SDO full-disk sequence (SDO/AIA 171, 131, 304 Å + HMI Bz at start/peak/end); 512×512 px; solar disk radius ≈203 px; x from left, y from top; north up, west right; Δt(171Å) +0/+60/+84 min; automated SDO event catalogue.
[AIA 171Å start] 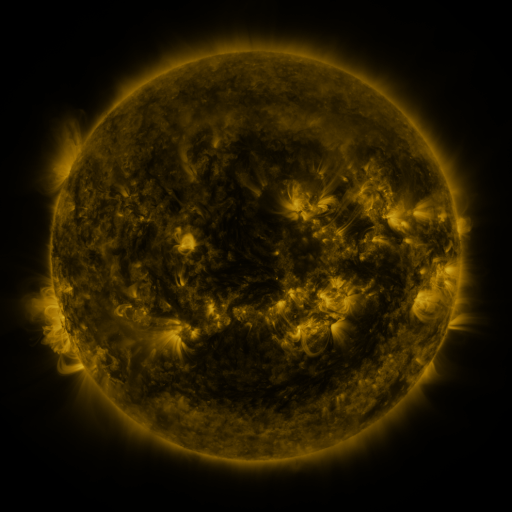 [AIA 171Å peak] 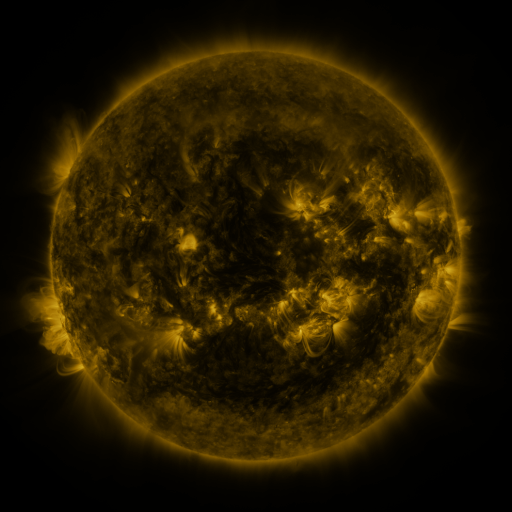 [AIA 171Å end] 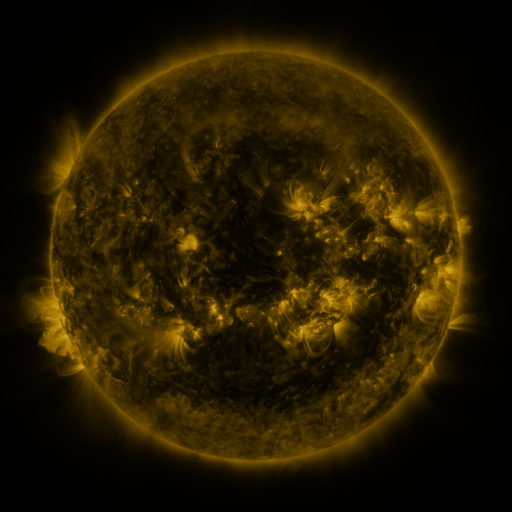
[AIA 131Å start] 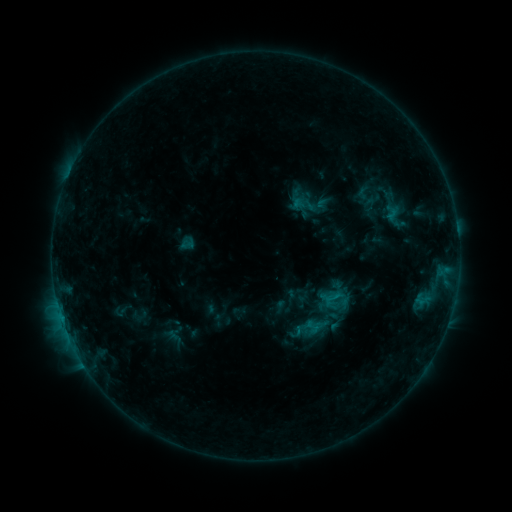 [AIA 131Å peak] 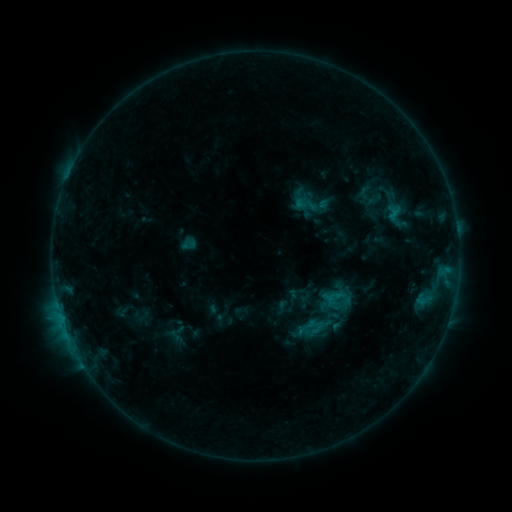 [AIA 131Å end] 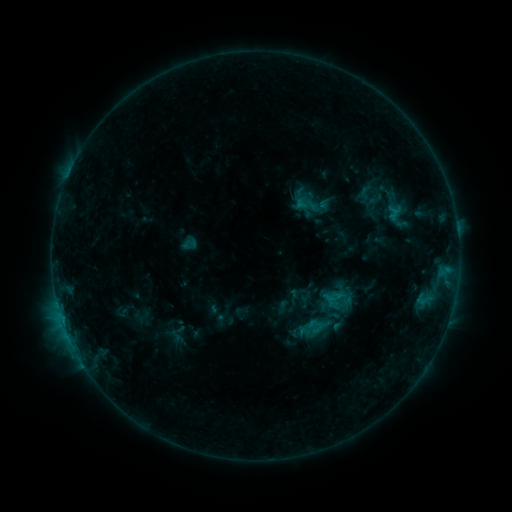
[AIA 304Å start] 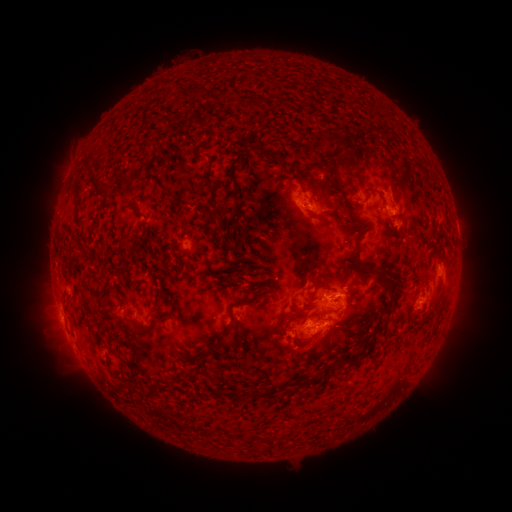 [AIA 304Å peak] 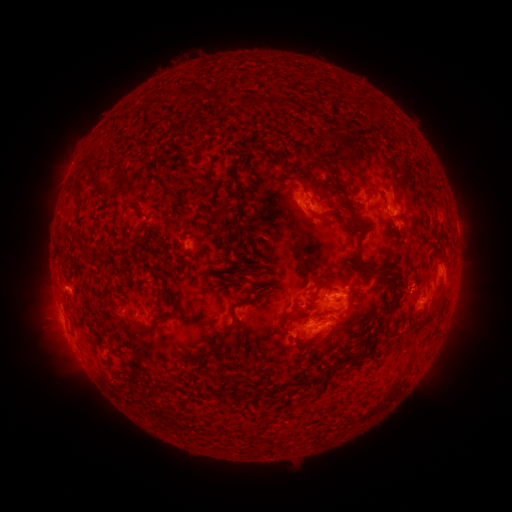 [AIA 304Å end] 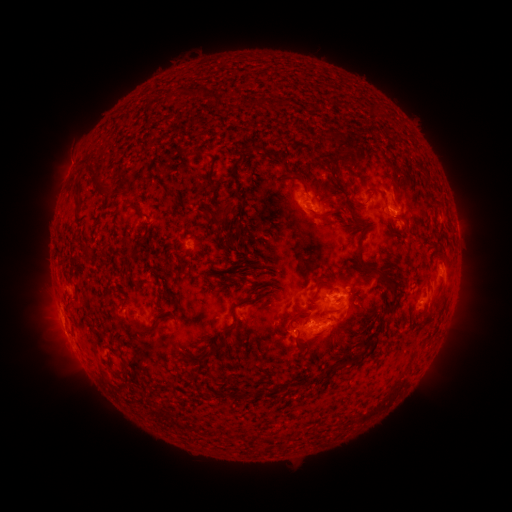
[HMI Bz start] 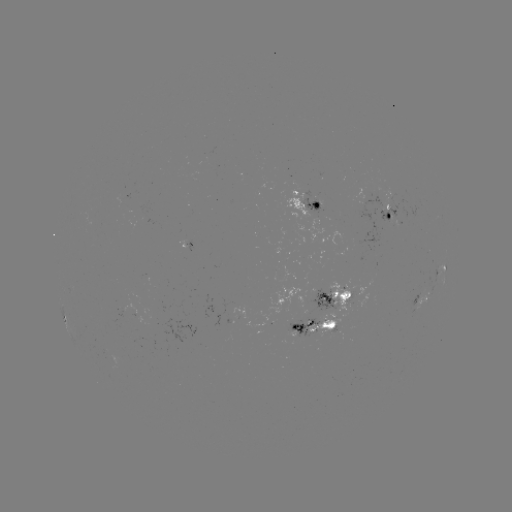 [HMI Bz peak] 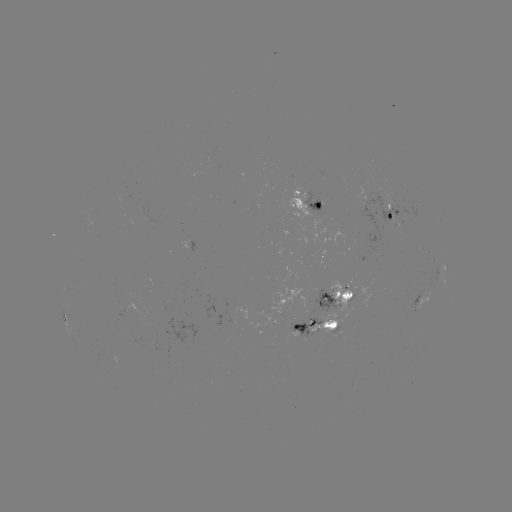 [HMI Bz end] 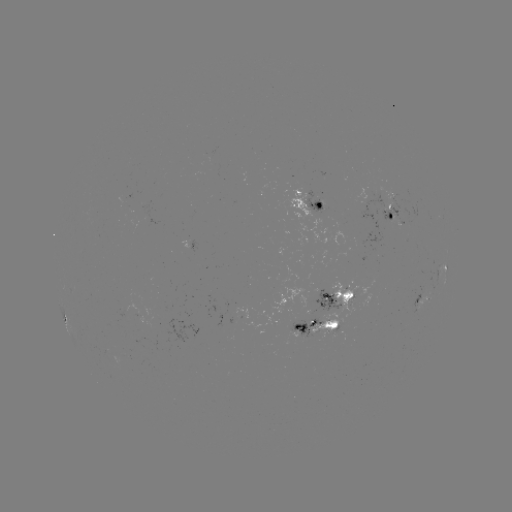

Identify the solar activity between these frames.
emerging-flux region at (392, 198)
